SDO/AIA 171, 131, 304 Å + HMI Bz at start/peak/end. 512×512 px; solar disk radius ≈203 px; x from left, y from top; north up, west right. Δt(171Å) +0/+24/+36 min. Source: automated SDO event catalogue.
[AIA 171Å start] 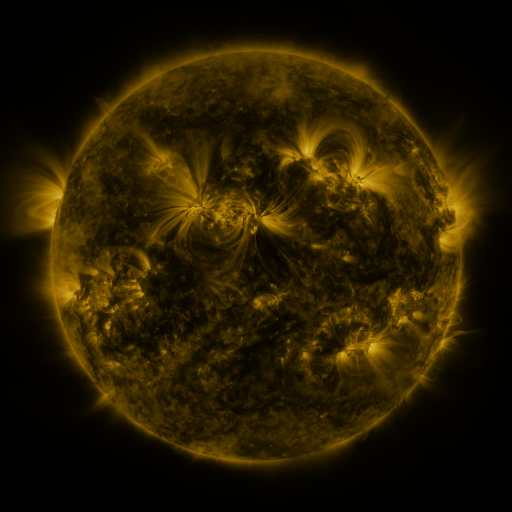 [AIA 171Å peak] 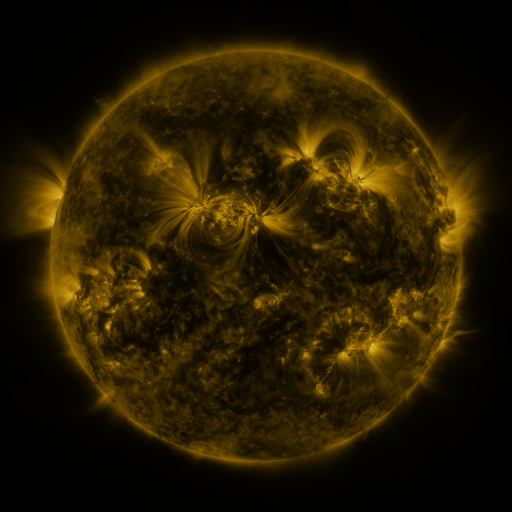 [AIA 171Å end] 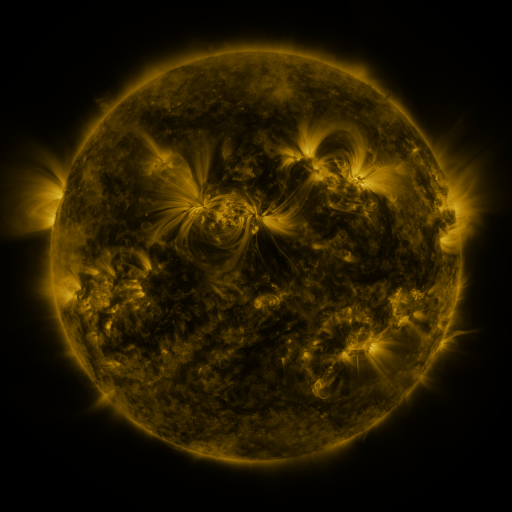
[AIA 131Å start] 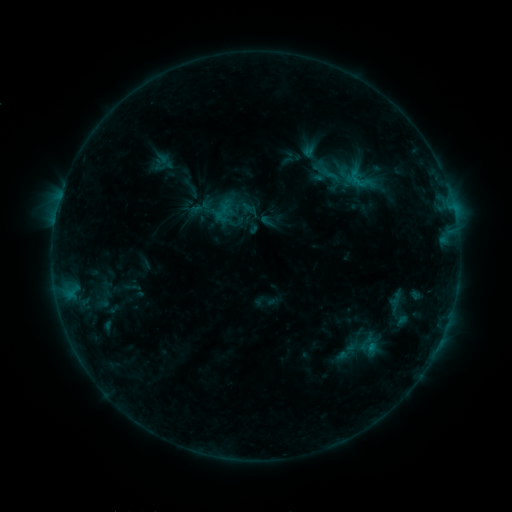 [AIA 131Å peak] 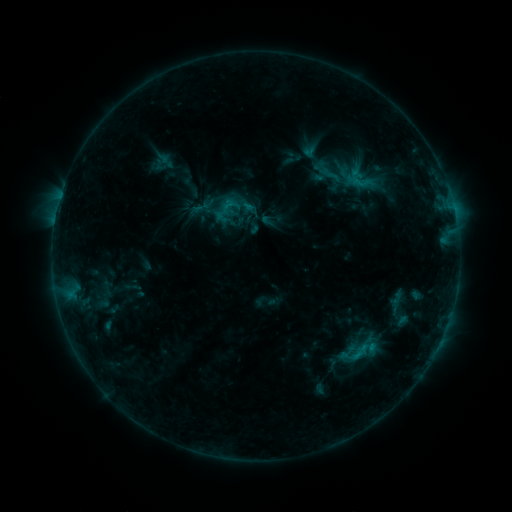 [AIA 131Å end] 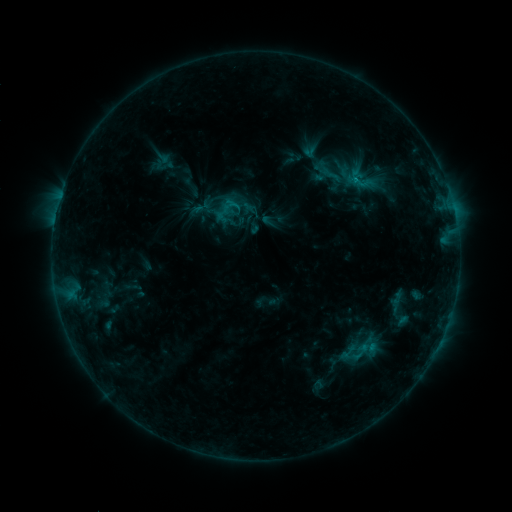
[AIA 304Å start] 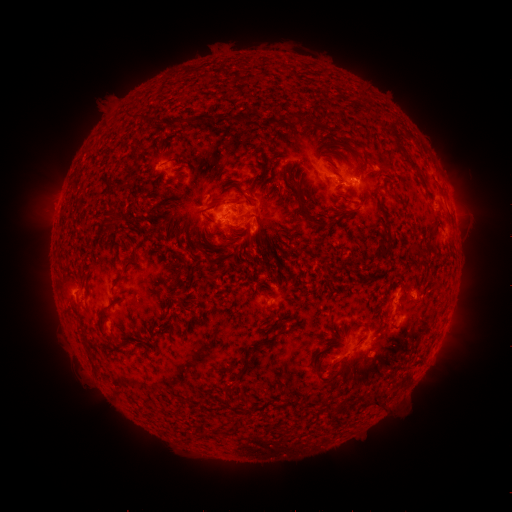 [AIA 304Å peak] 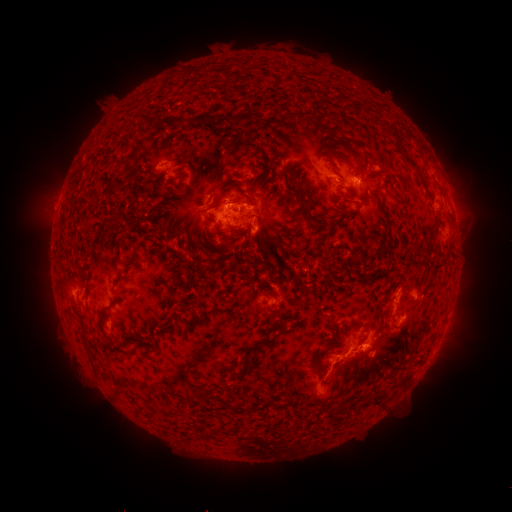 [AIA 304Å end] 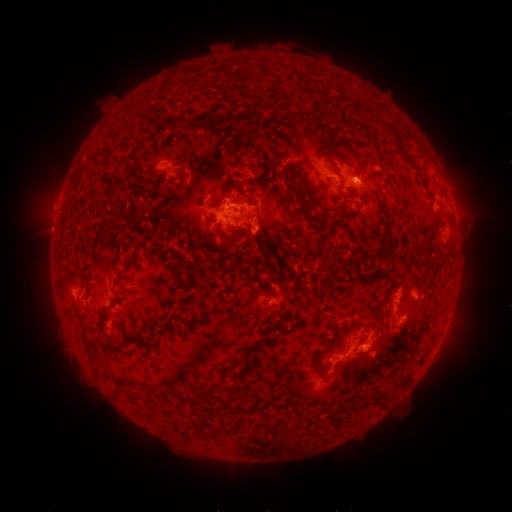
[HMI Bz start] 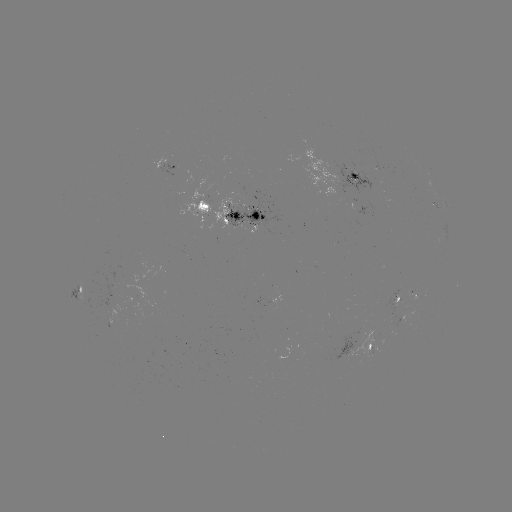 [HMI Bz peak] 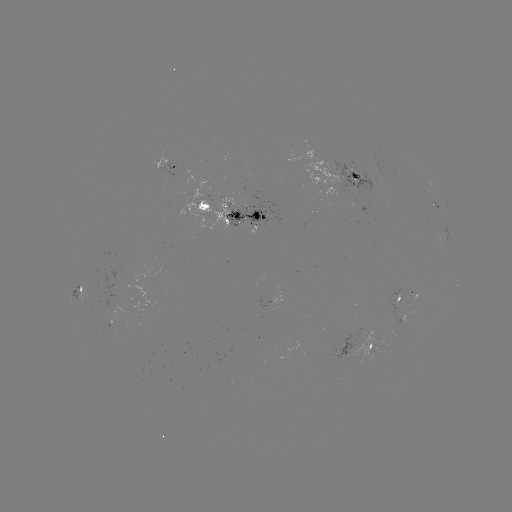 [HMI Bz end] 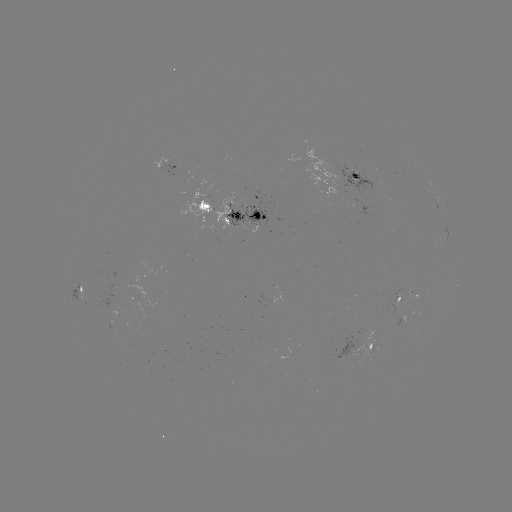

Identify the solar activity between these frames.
C1.6 flare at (357, 352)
